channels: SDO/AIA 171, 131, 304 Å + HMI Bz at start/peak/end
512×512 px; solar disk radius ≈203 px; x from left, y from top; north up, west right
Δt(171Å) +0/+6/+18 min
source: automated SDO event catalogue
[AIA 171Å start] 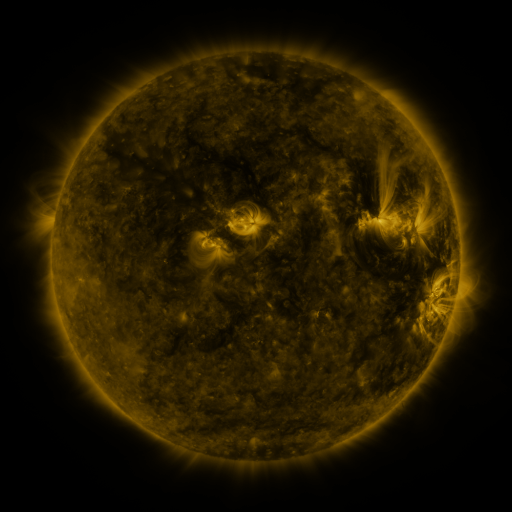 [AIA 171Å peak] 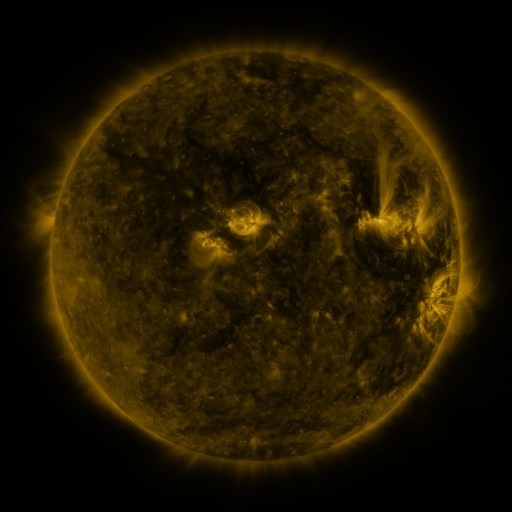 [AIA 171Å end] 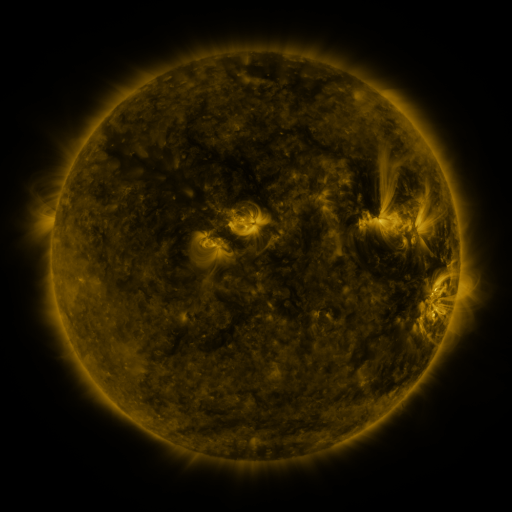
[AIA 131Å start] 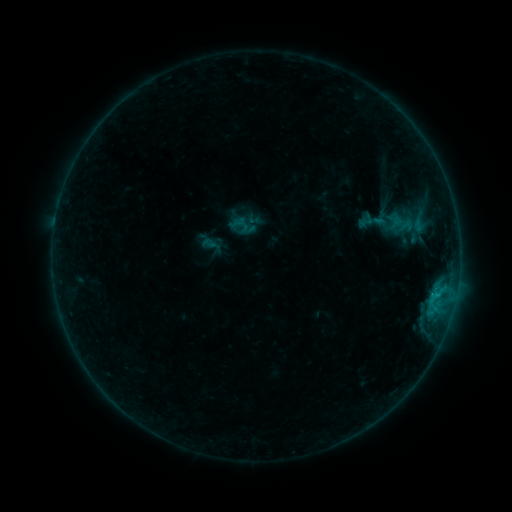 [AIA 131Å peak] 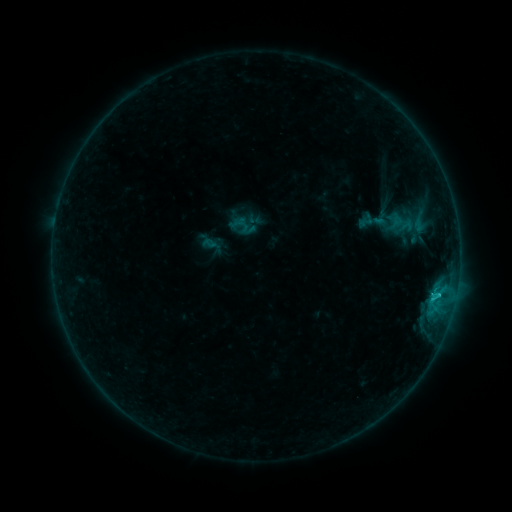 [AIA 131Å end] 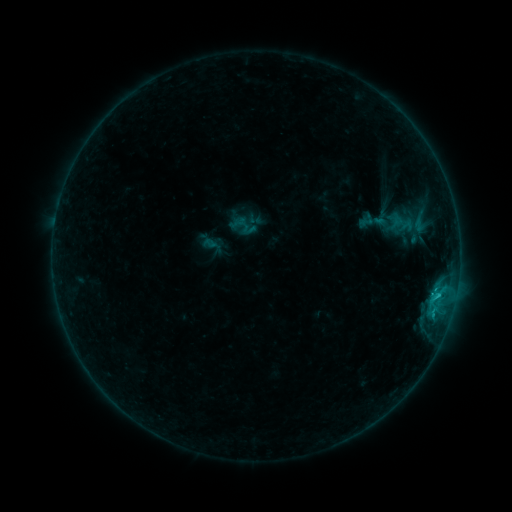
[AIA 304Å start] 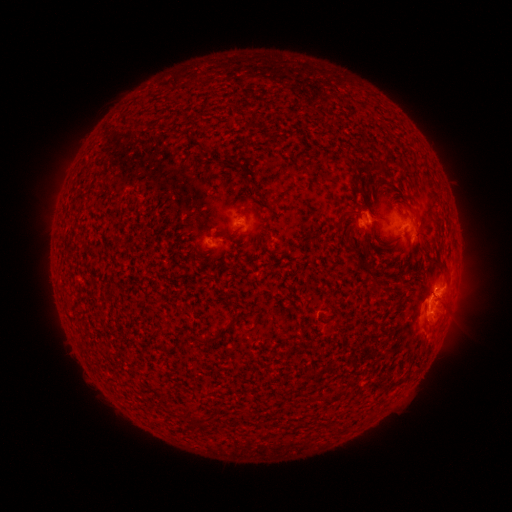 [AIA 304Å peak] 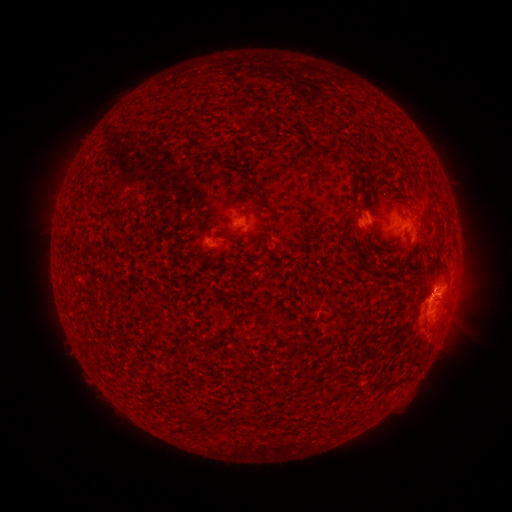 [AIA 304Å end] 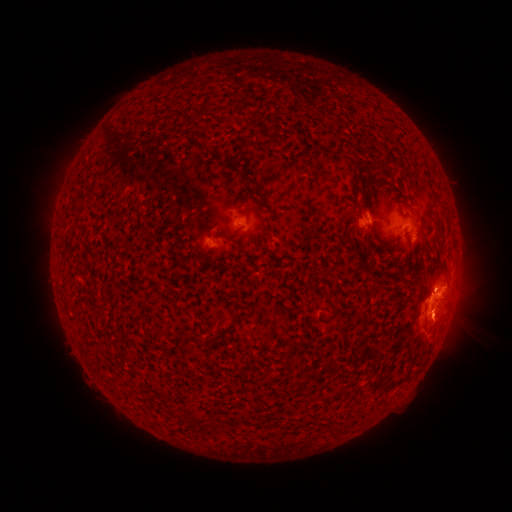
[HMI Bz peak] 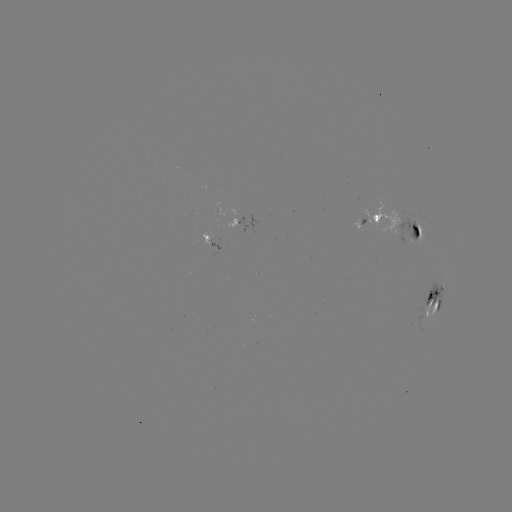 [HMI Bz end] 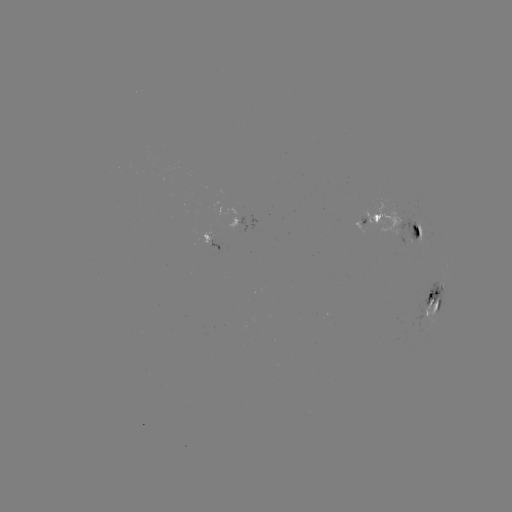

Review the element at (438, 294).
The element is C1.7 flare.